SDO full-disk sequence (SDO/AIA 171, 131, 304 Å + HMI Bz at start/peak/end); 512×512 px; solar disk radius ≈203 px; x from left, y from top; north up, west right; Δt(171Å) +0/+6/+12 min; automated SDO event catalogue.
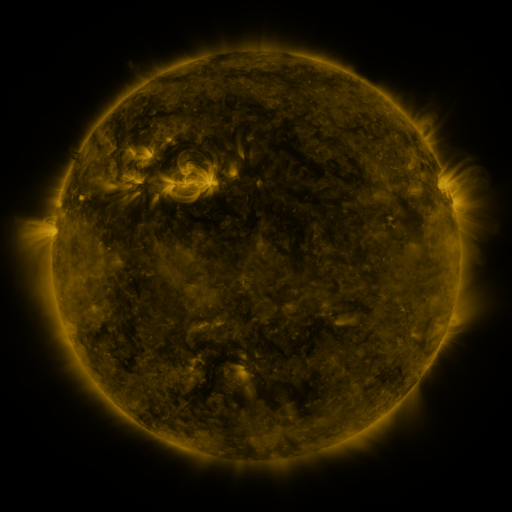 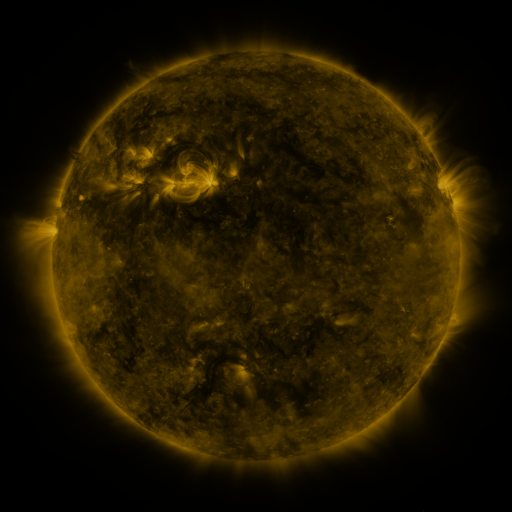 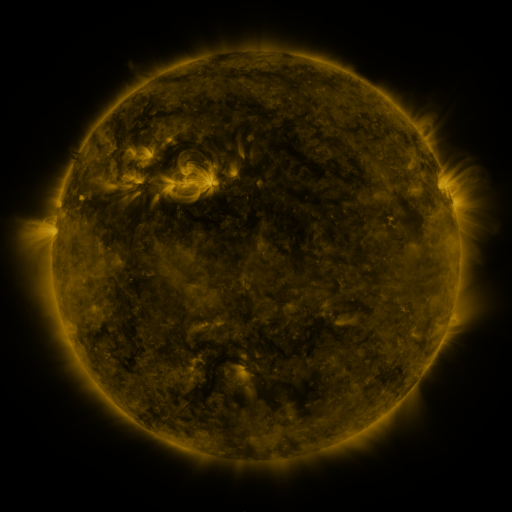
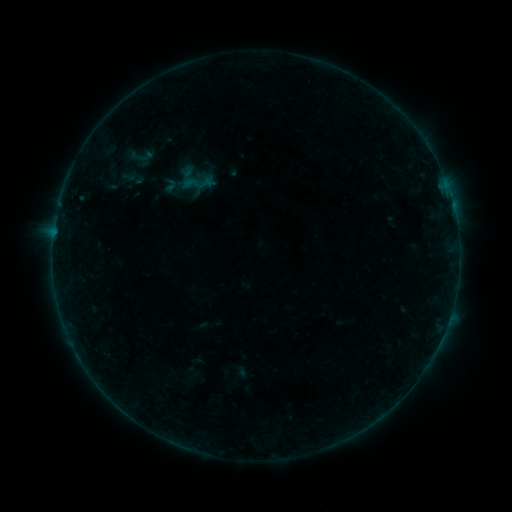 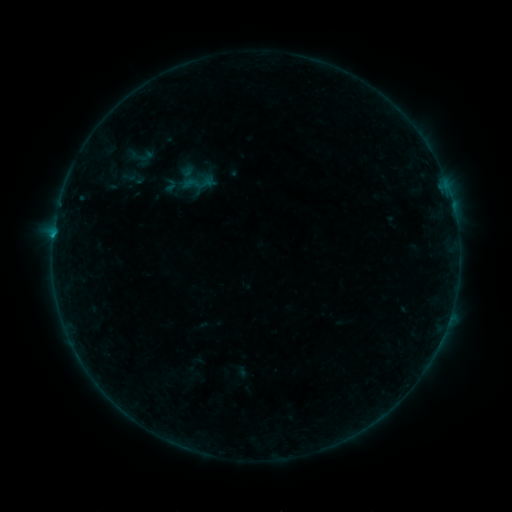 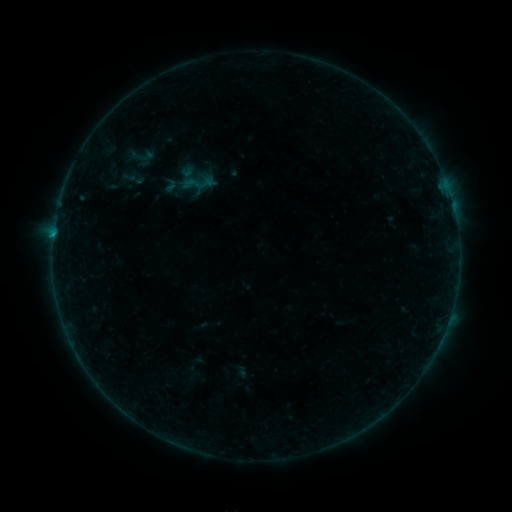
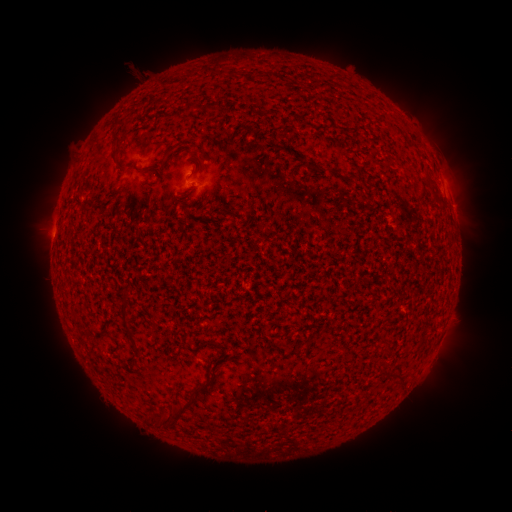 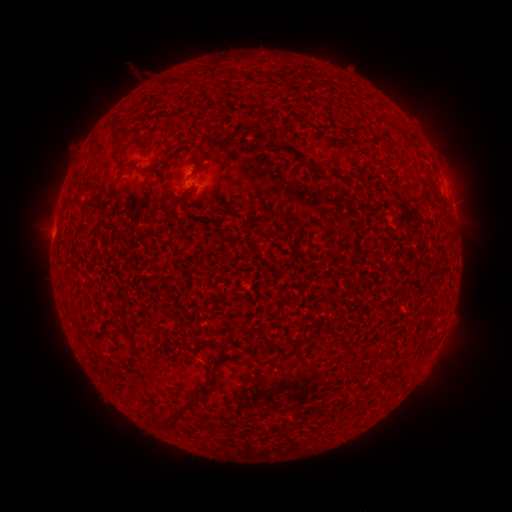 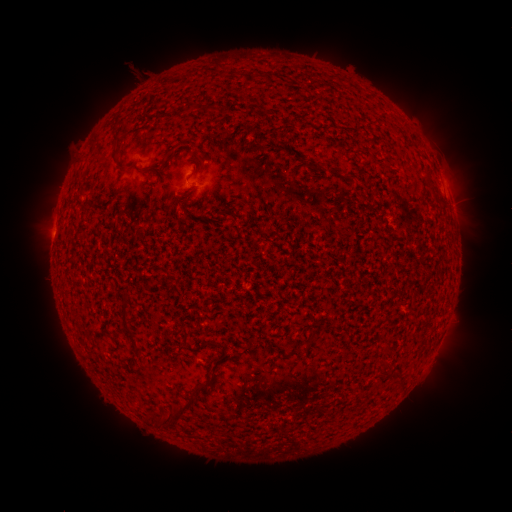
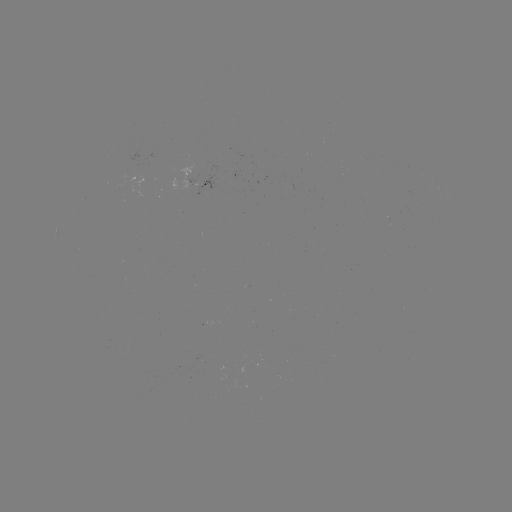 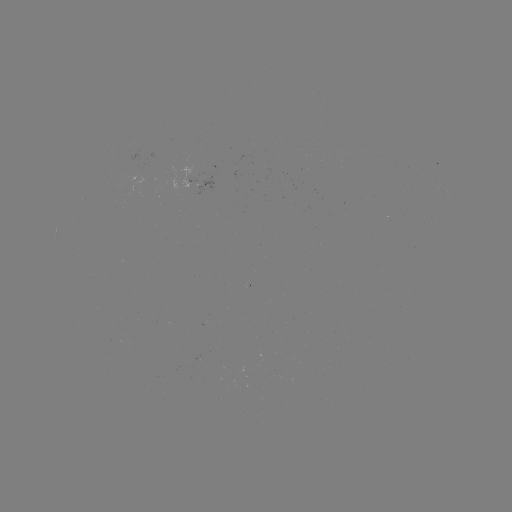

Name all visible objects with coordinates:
B4.0 flare: (54, 237)
